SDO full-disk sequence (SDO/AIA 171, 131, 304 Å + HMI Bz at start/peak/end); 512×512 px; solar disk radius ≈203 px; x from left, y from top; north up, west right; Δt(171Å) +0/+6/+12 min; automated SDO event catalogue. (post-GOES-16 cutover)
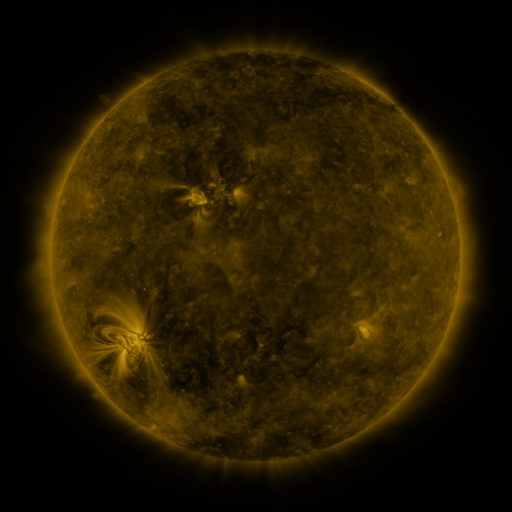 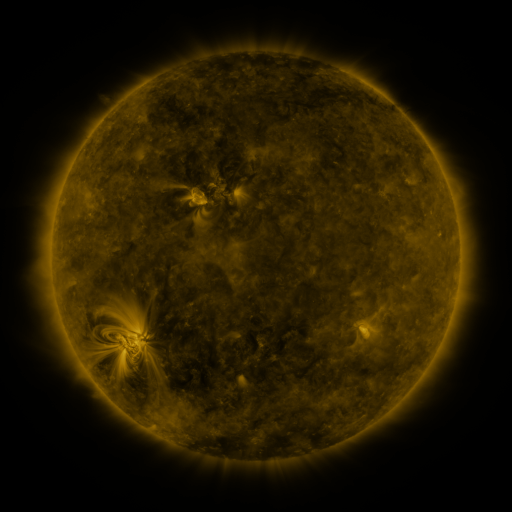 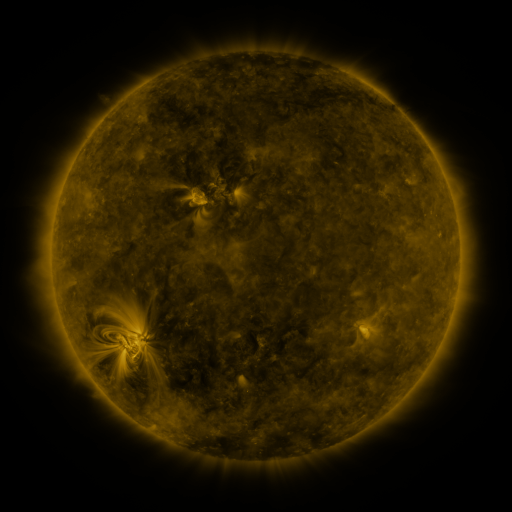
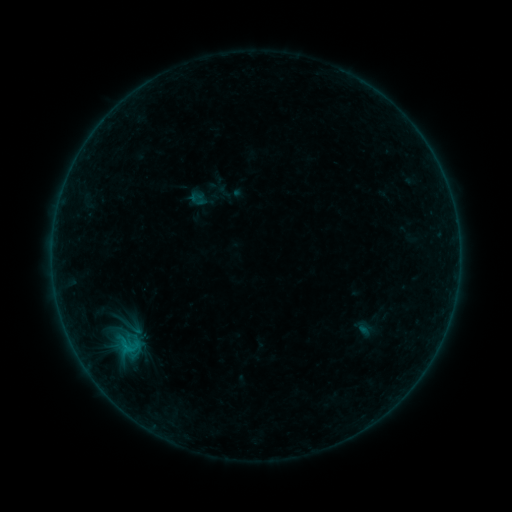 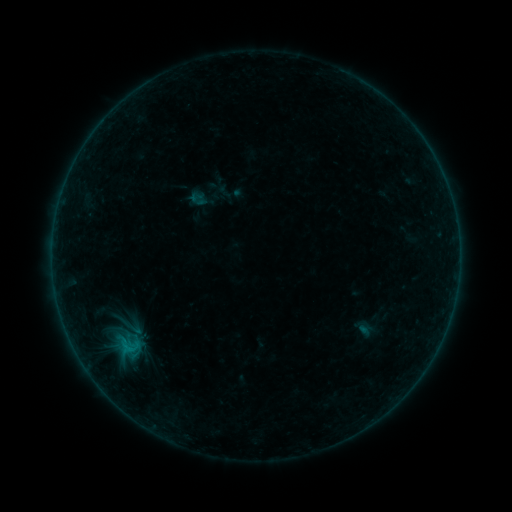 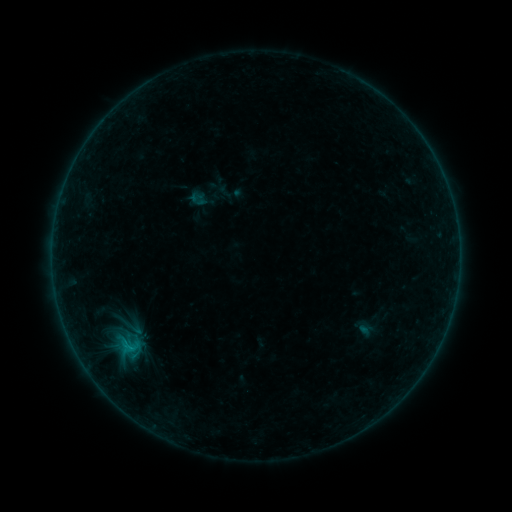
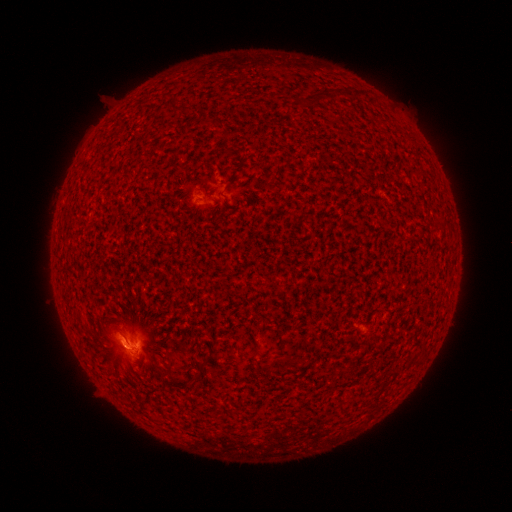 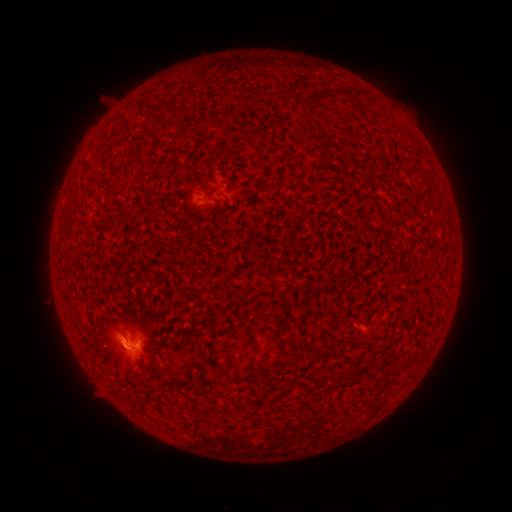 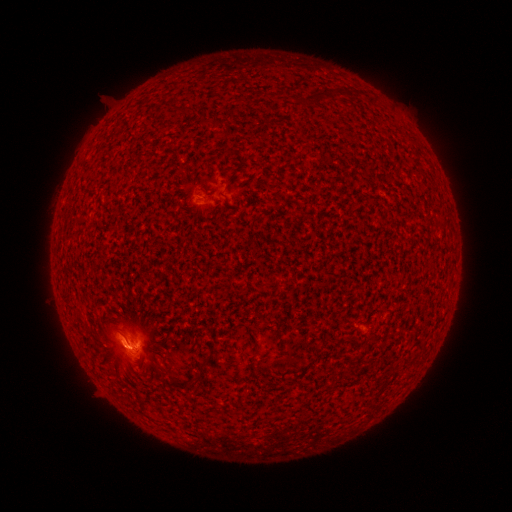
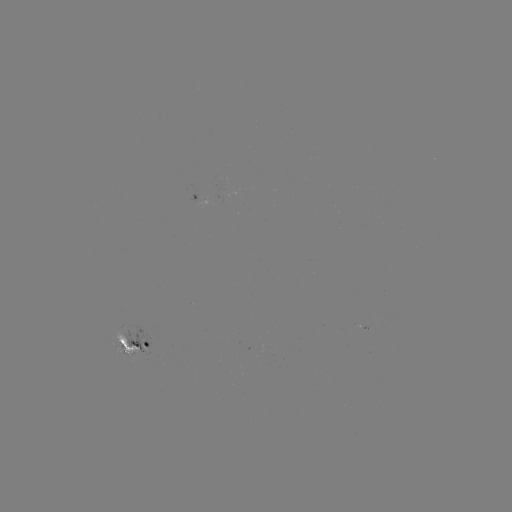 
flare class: B7.1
